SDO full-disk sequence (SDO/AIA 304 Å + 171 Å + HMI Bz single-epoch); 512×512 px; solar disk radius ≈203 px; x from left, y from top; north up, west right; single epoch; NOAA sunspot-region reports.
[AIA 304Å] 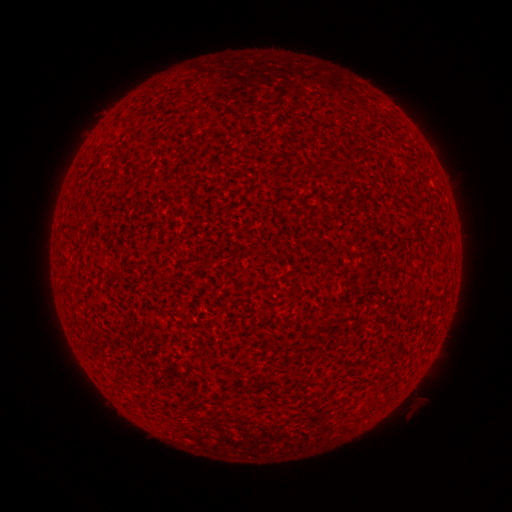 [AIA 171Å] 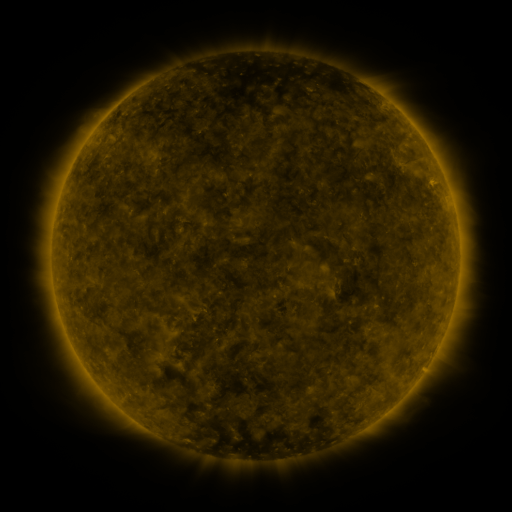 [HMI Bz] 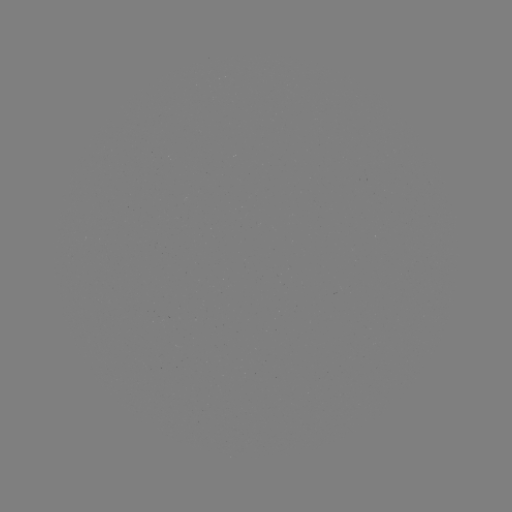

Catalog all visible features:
(none)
